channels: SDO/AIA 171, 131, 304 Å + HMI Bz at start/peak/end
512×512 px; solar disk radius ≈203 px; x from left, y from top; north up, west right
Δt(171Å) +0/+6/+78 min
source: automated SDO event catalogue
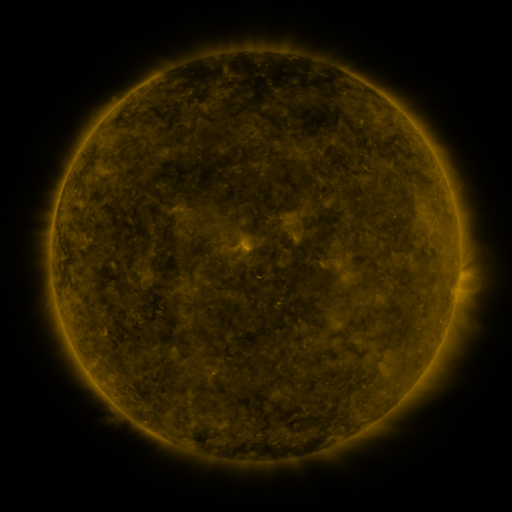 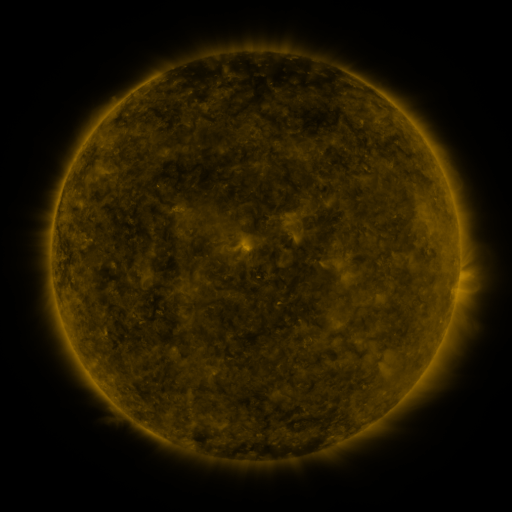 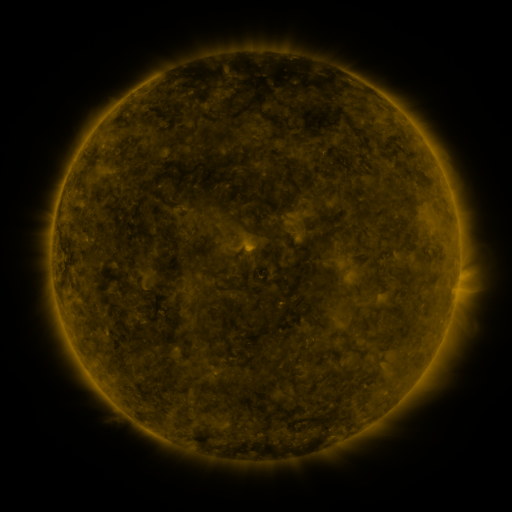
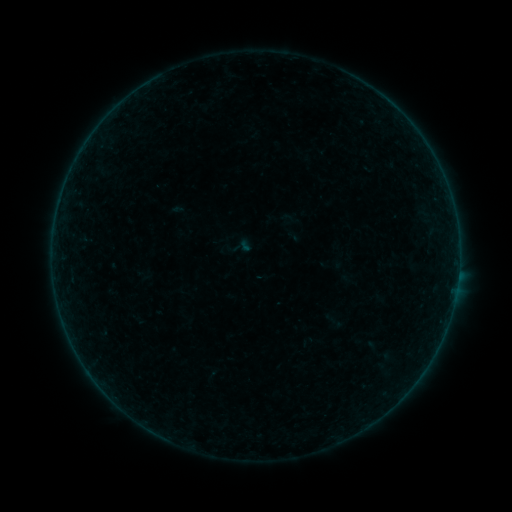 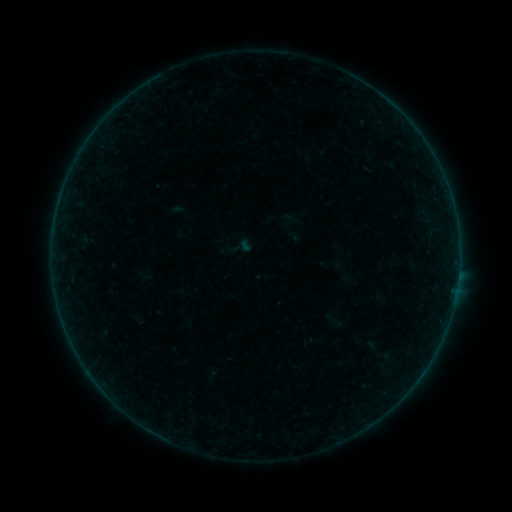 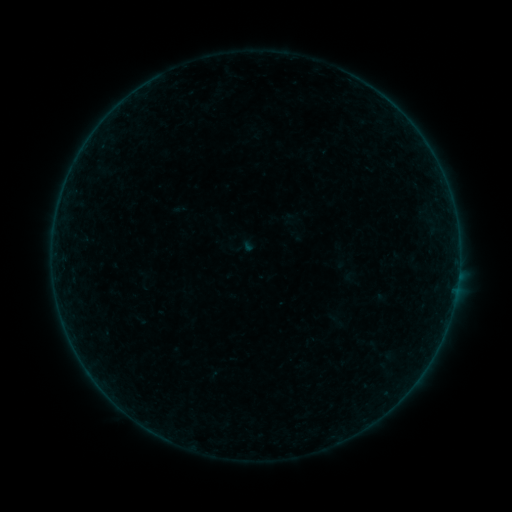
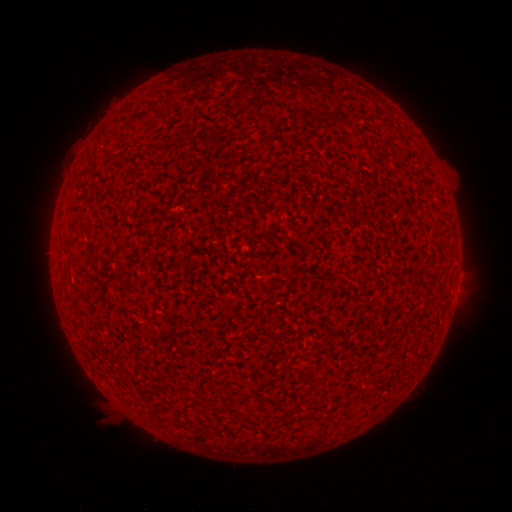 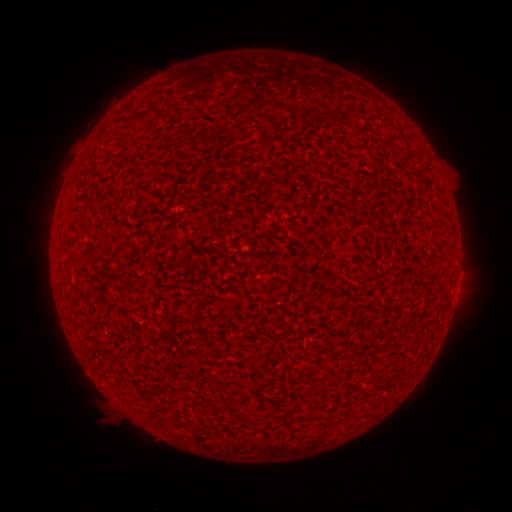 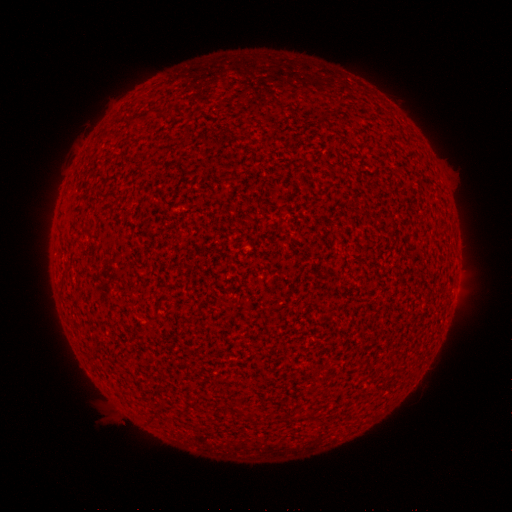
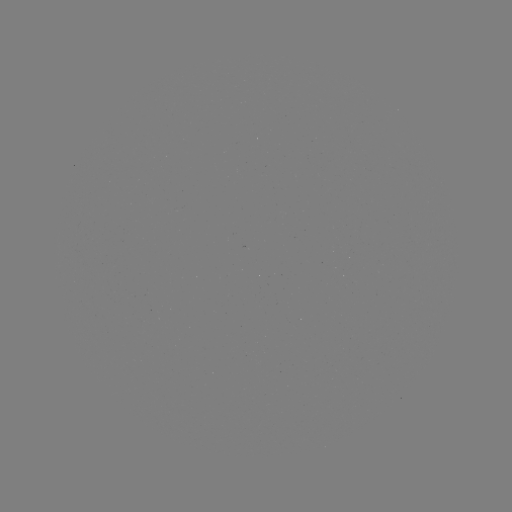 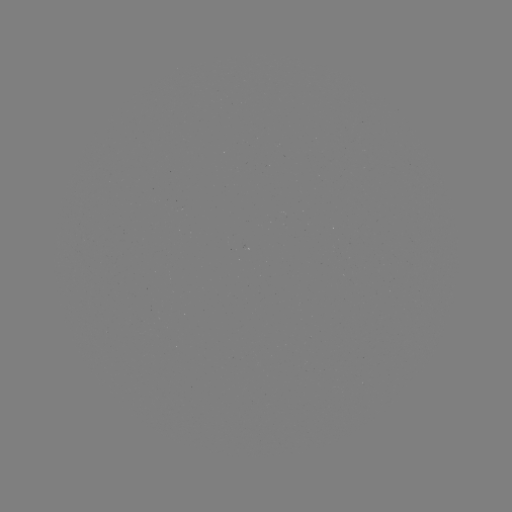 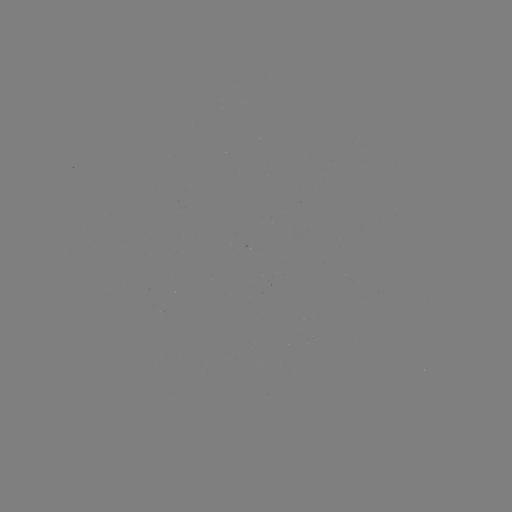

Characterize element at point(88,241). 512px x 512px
A1.6 flare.